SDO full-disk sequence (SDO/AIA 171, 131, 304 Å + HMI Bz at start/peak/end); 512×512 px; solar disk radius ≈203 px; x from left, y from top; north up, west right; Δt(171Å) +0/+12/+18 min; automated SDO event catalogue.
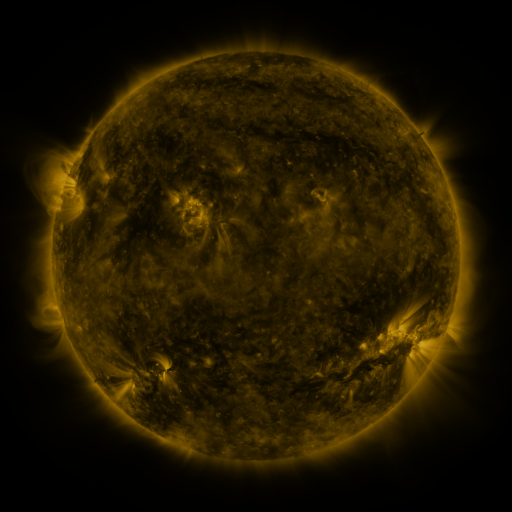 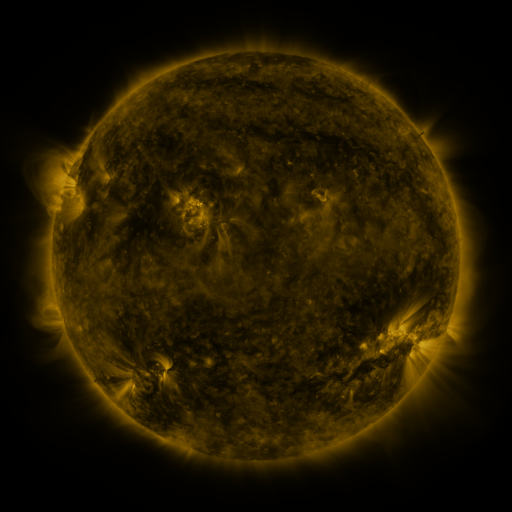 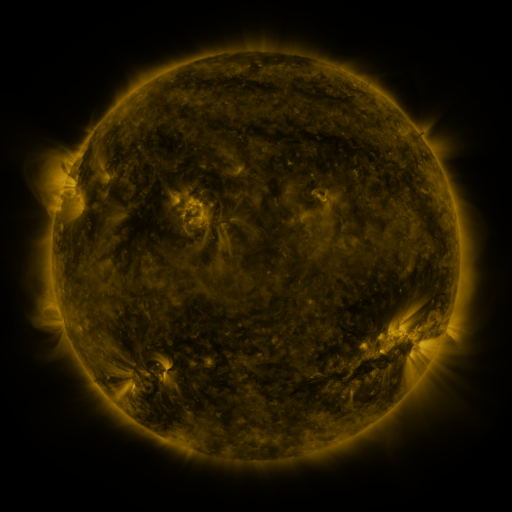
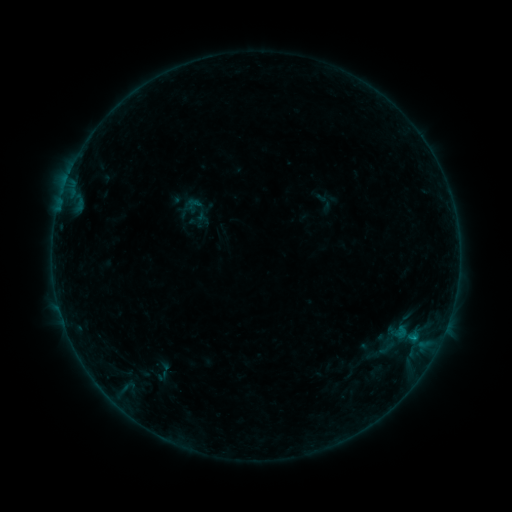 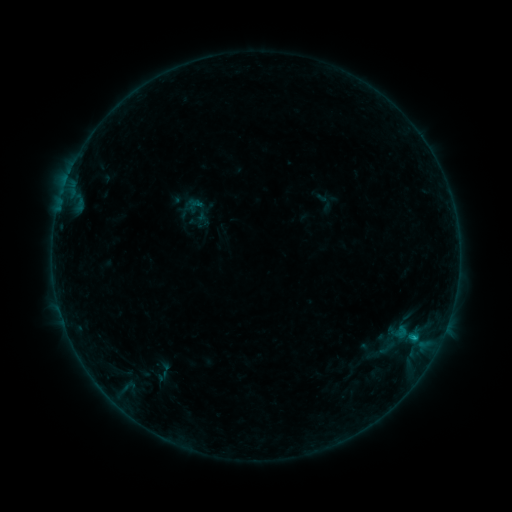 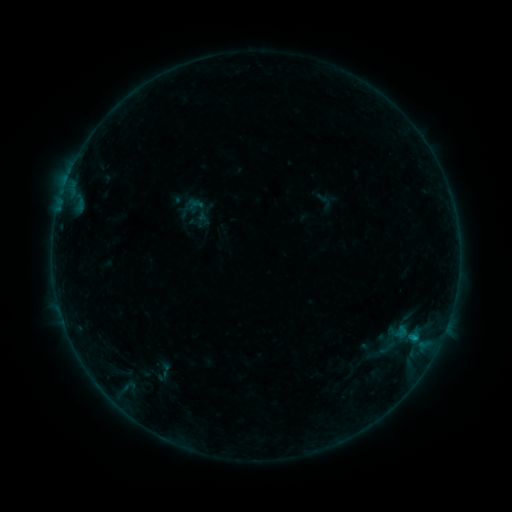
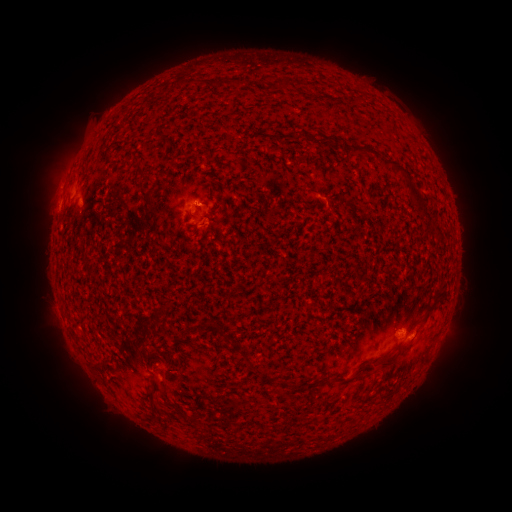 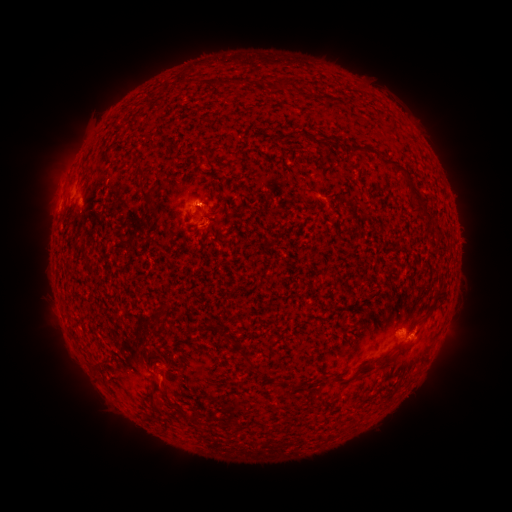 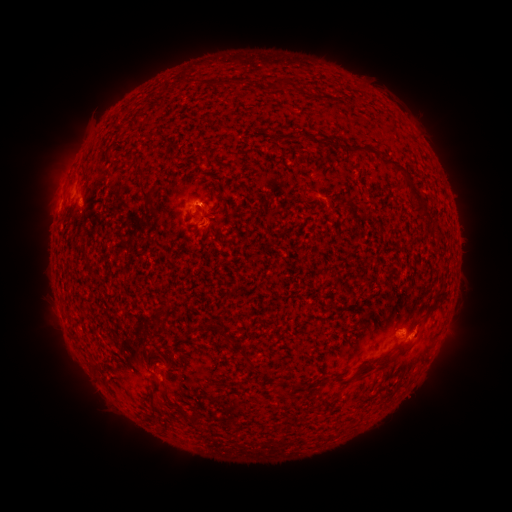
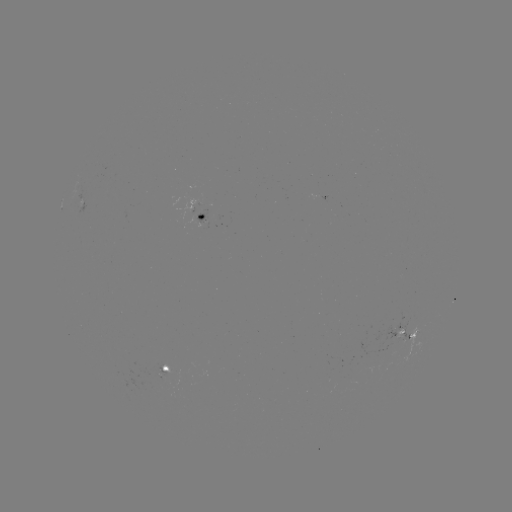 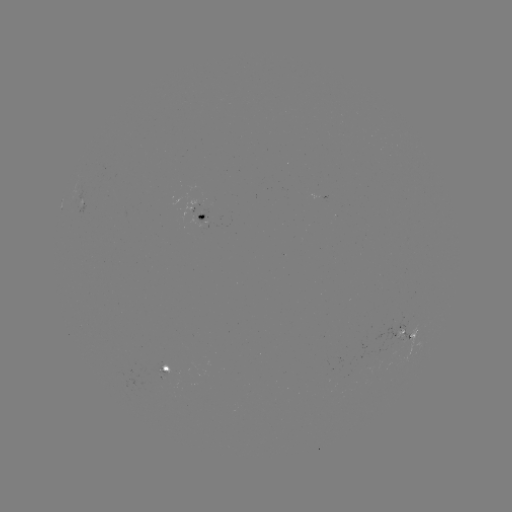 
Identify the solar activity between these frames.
B4.5 flare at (414, 335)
